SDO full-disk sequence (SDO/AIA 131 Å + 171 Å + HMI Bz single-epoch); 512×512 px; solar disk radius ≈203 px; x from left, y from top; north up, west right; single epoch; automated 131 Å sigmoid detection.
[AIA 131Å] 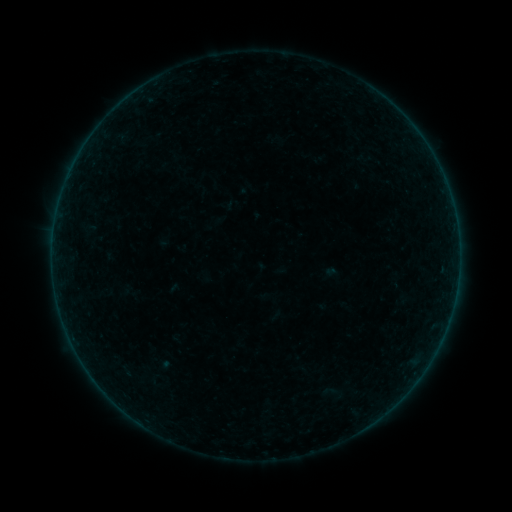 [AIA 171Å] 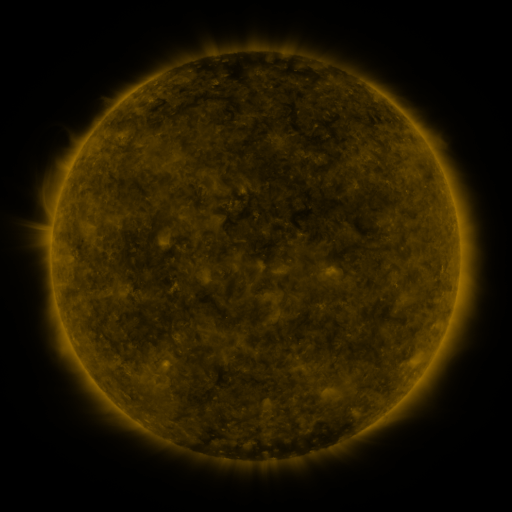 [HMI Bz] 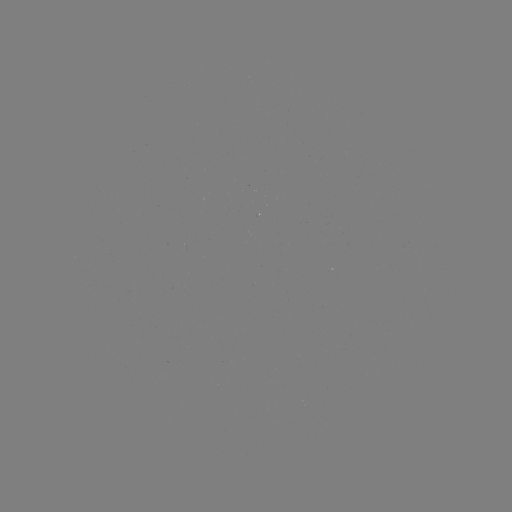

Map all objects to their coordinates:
sigmoid: [321, 382, 339, 400]
